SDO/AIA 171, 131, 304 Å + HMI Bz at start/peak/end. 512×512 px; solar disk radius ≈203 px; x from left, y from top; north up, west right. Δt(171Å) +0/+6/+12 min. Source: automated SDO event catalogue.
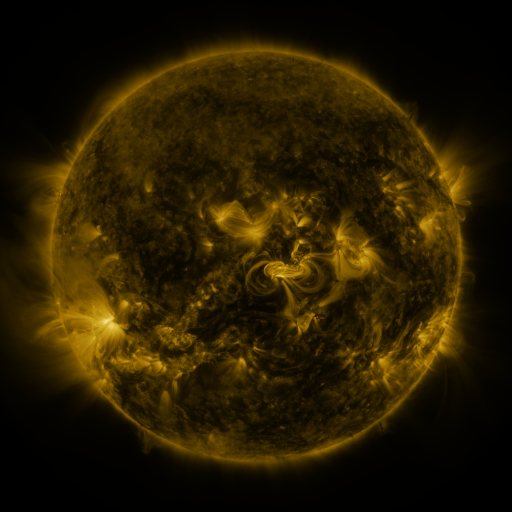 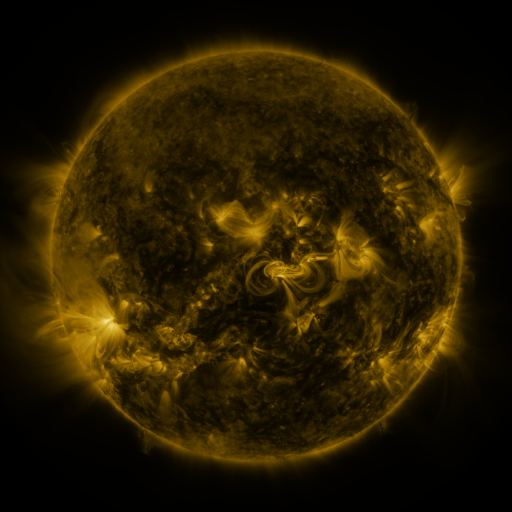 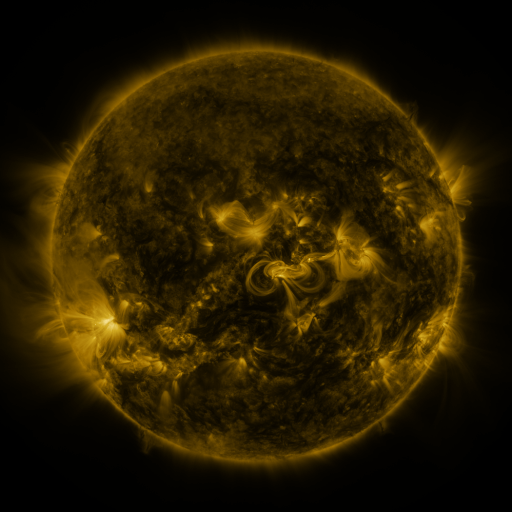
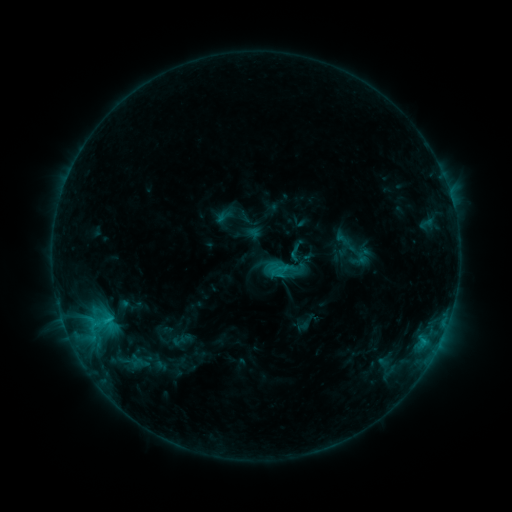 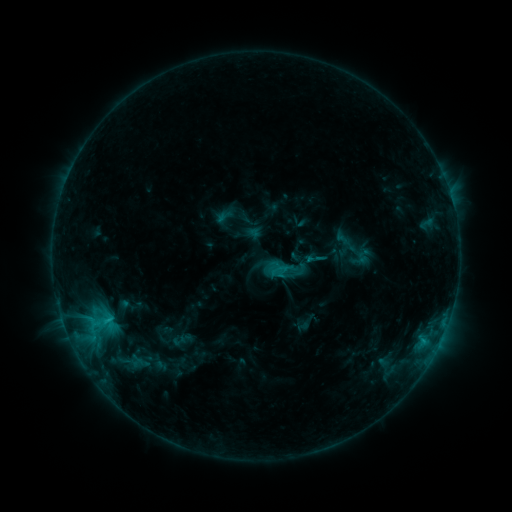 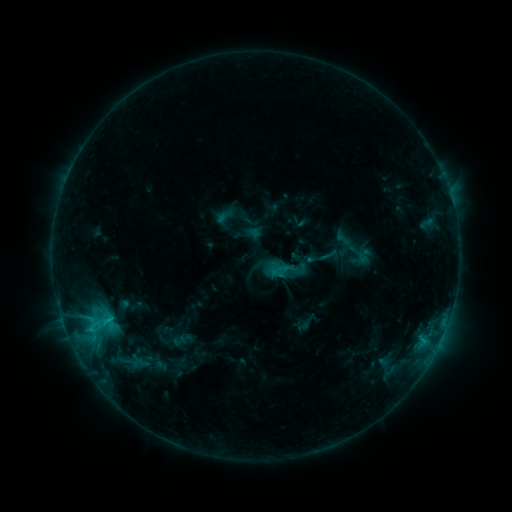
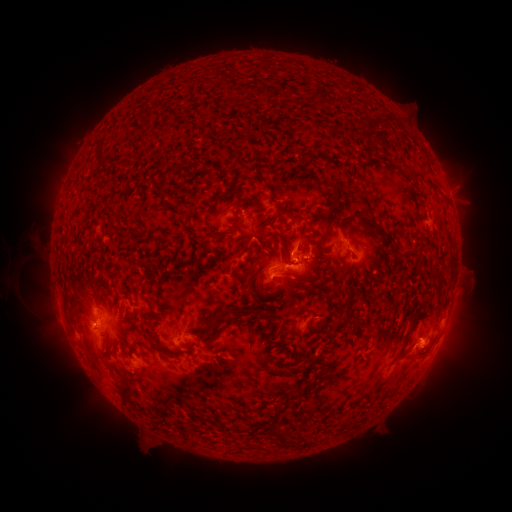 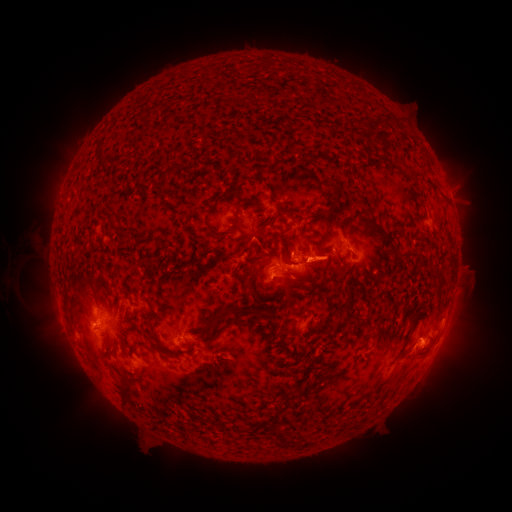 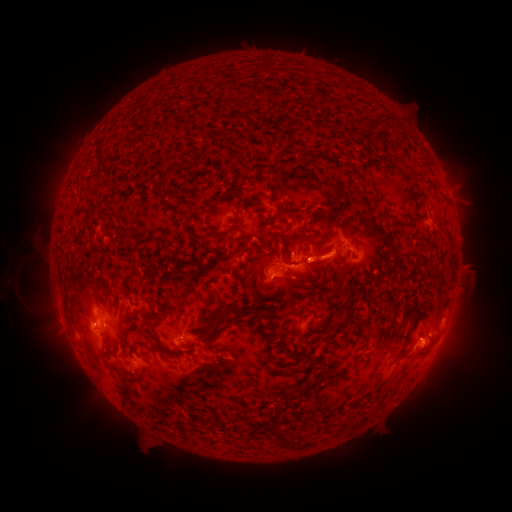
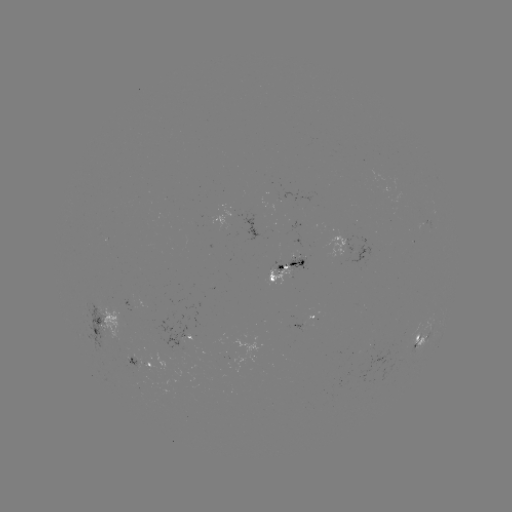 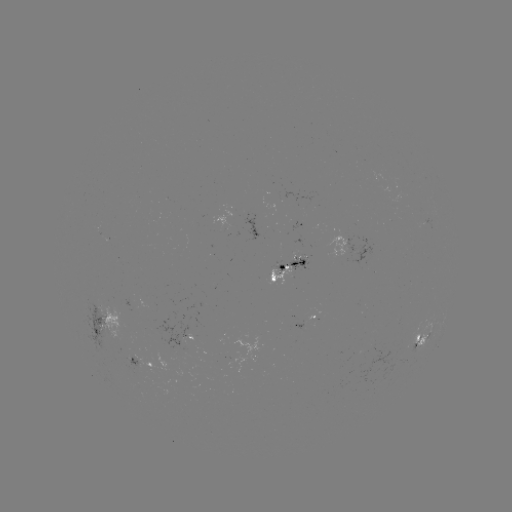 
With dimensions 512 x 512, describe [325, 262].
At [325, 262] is eruption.